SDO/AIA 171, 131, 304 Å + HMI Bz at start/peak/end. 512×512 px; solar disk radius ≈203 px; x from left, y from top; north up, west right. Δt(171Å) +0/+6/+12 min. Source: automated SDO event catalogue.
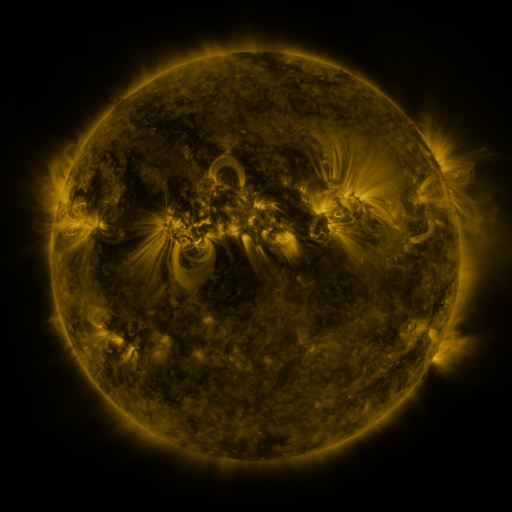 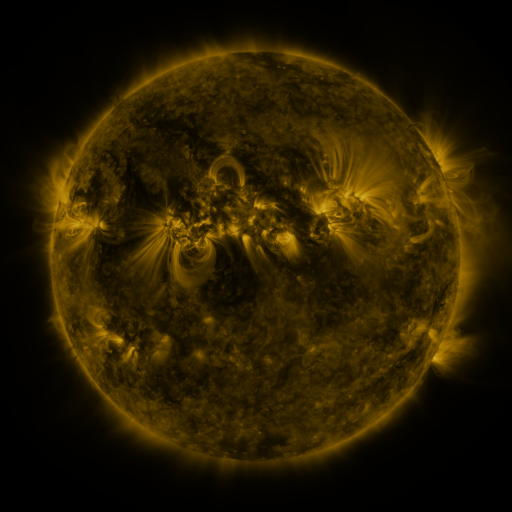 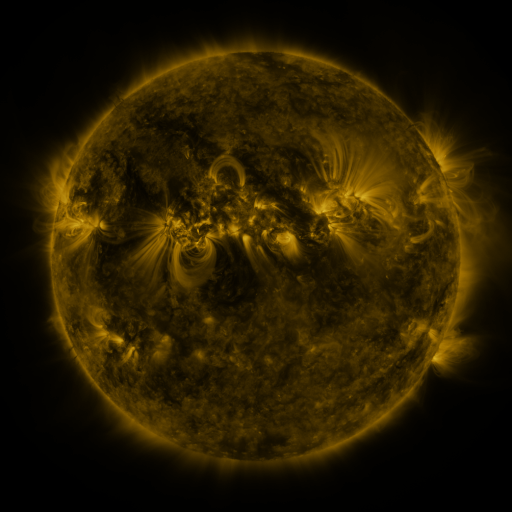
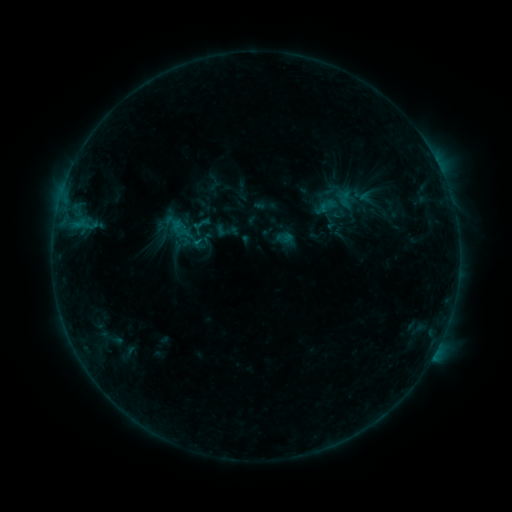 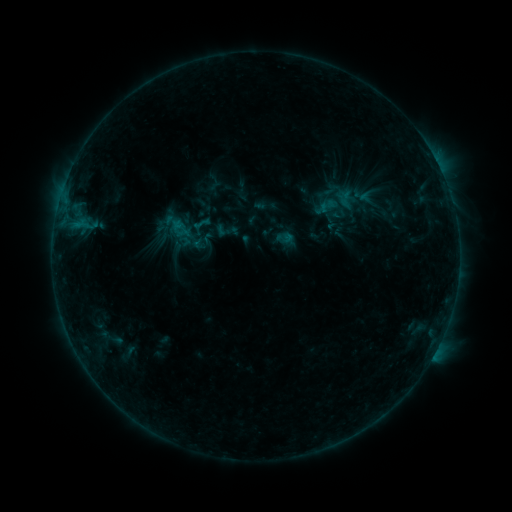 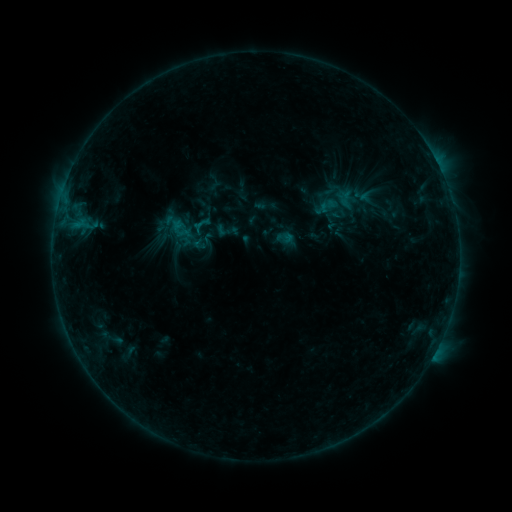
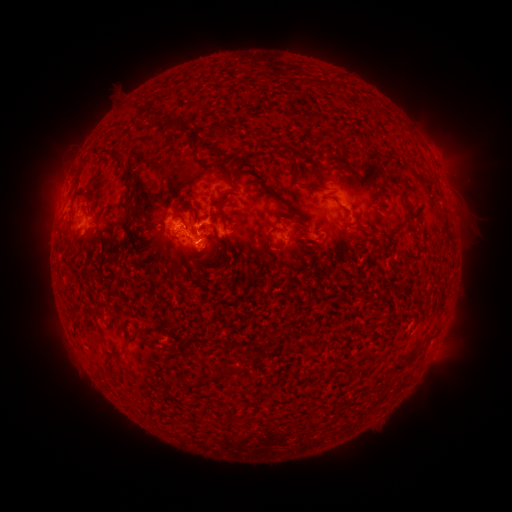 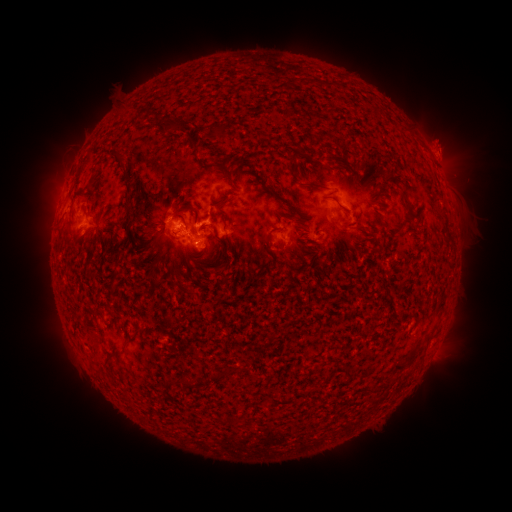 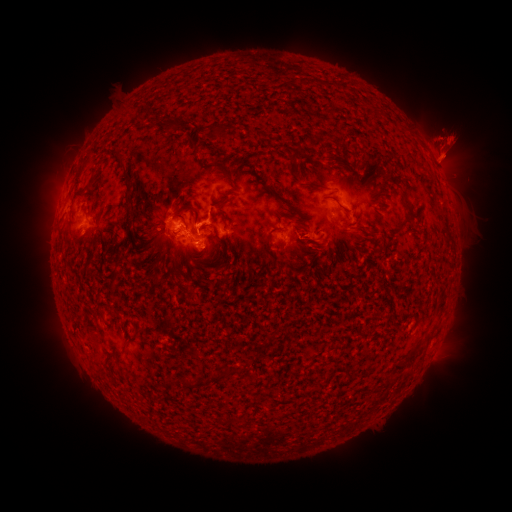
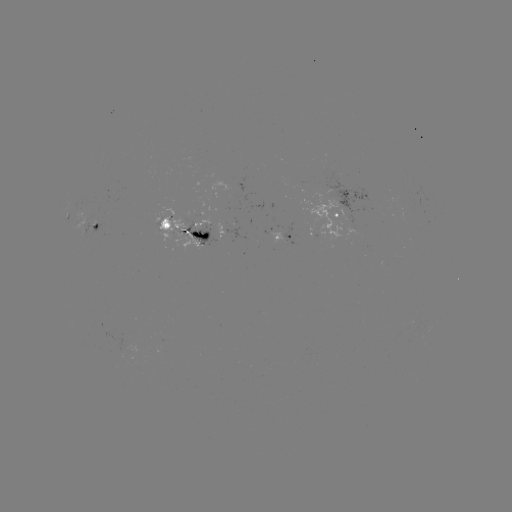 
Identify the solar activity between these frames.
eruption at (444, 145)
